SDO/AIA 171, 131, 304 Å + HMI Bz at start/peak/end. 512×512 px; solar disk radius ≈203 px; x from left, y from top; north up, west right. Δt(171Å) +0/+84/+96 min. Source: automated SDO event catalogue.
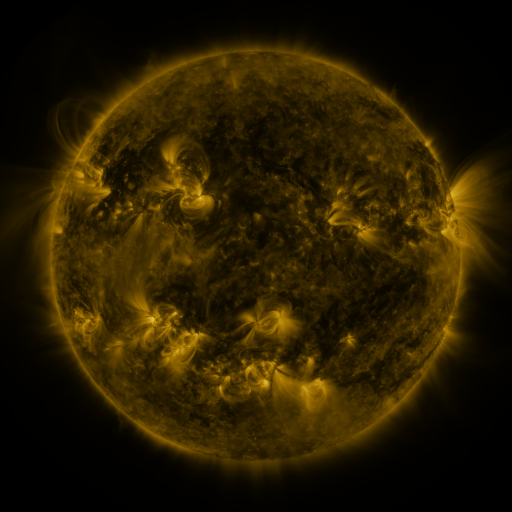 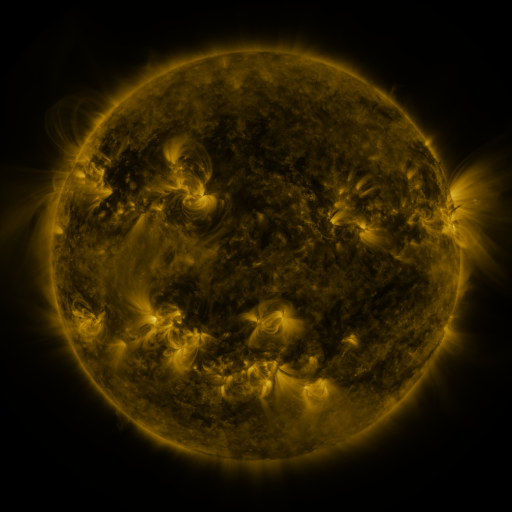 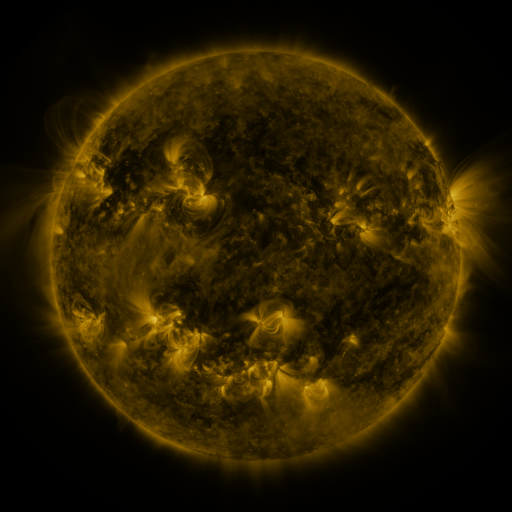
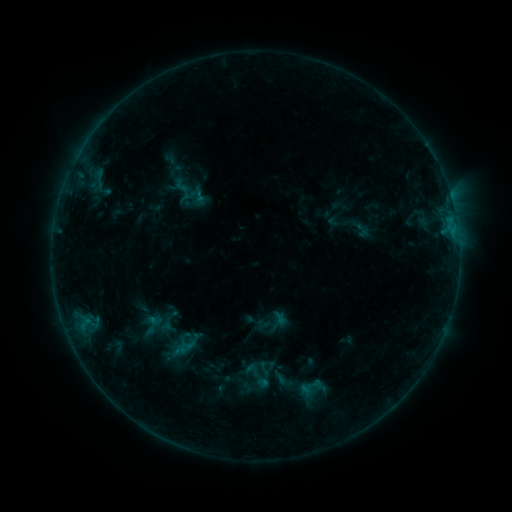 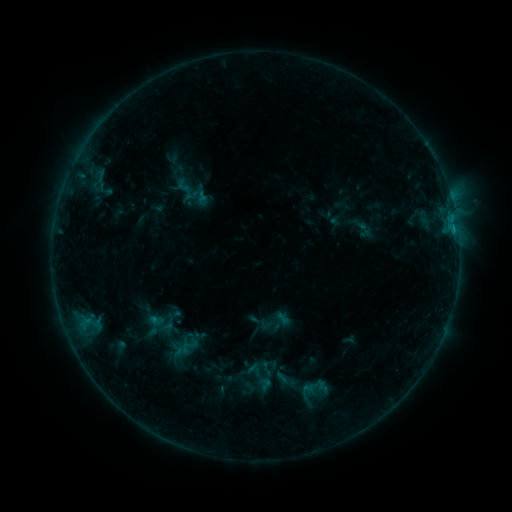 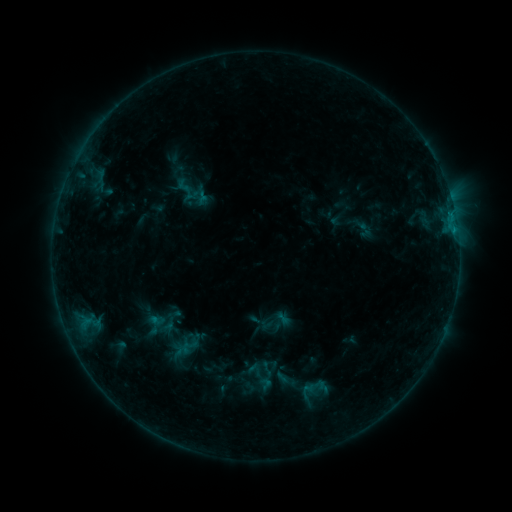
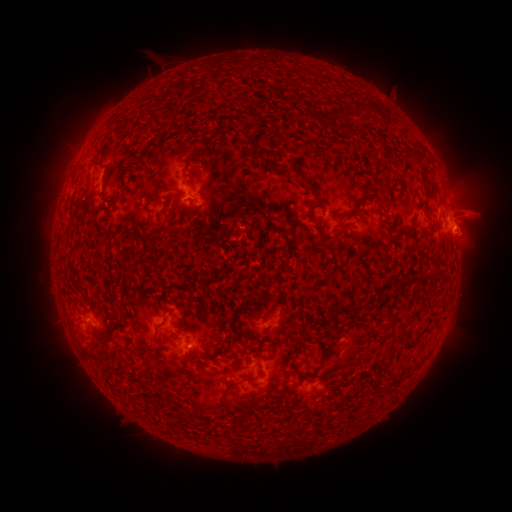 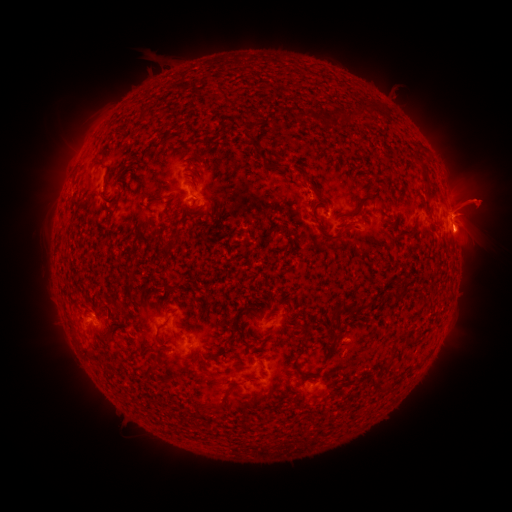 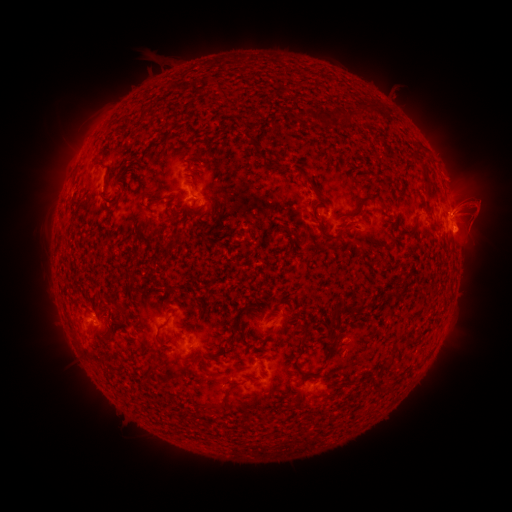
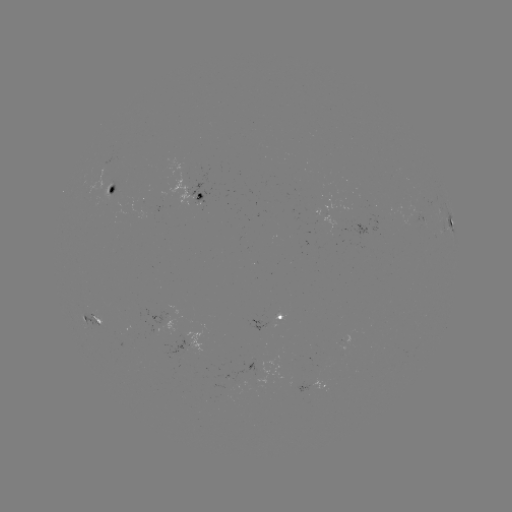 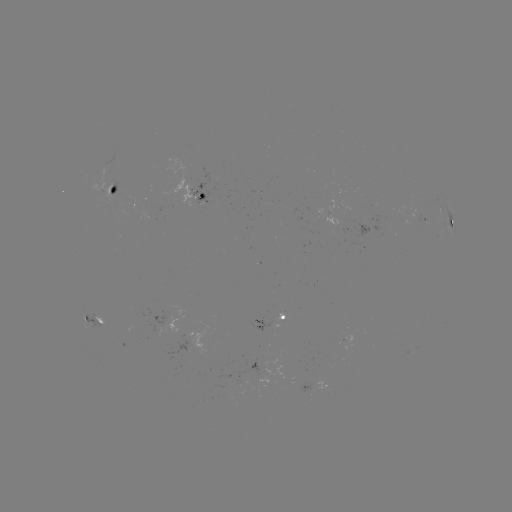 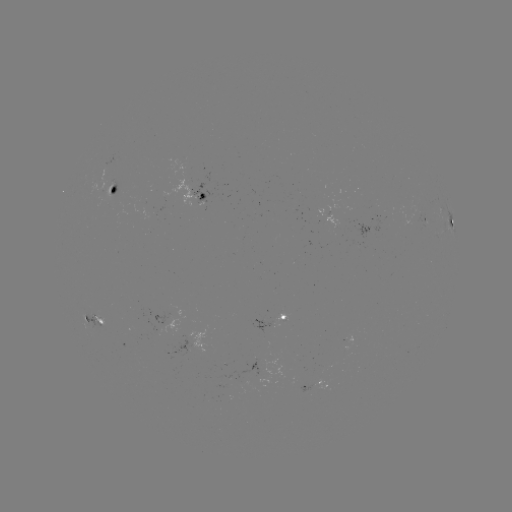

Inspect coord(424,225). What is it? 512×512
emerging-flux region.